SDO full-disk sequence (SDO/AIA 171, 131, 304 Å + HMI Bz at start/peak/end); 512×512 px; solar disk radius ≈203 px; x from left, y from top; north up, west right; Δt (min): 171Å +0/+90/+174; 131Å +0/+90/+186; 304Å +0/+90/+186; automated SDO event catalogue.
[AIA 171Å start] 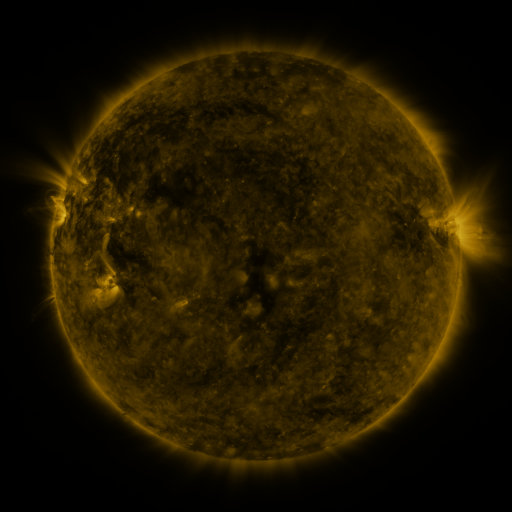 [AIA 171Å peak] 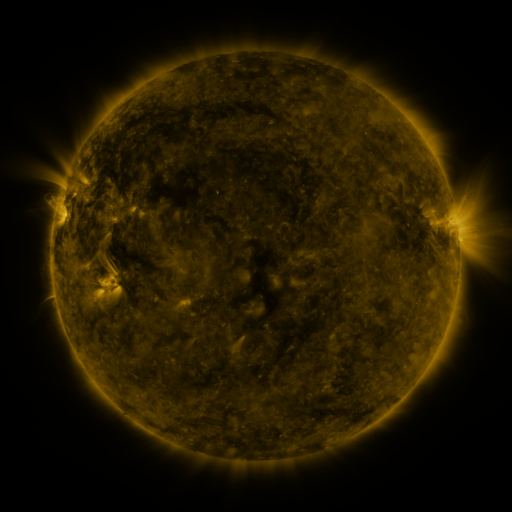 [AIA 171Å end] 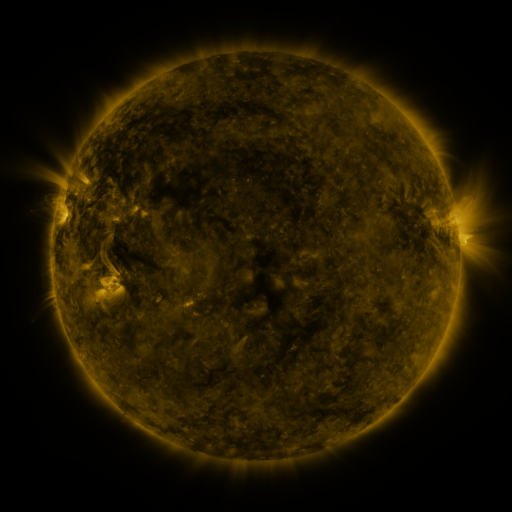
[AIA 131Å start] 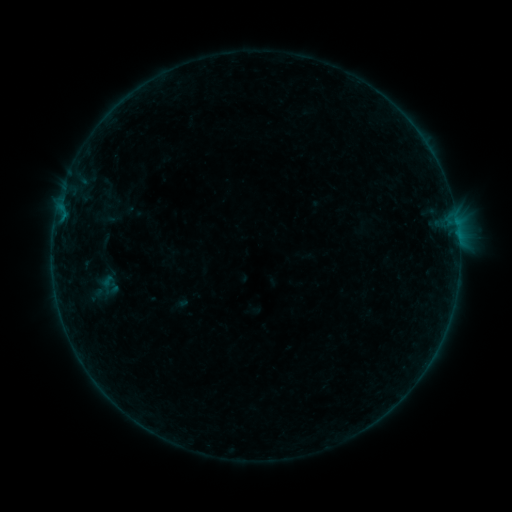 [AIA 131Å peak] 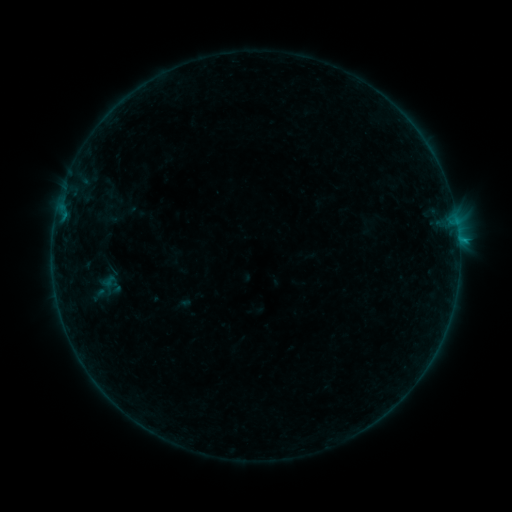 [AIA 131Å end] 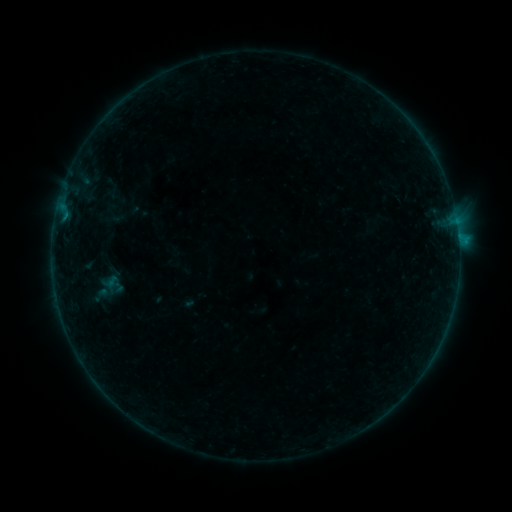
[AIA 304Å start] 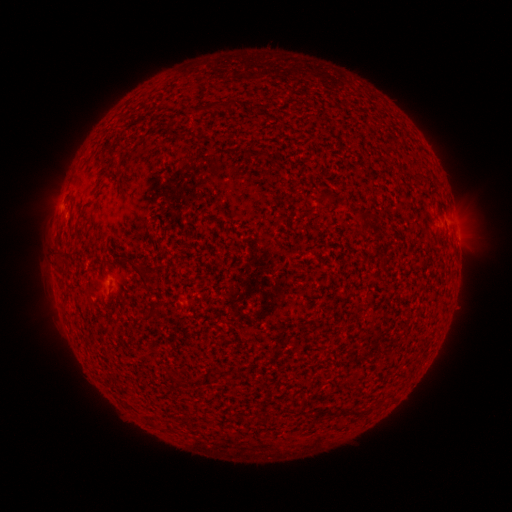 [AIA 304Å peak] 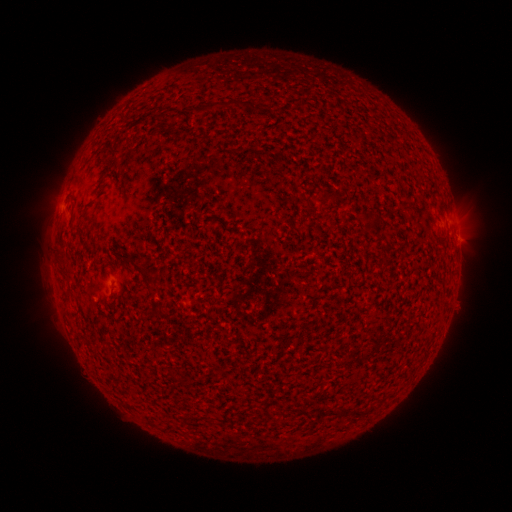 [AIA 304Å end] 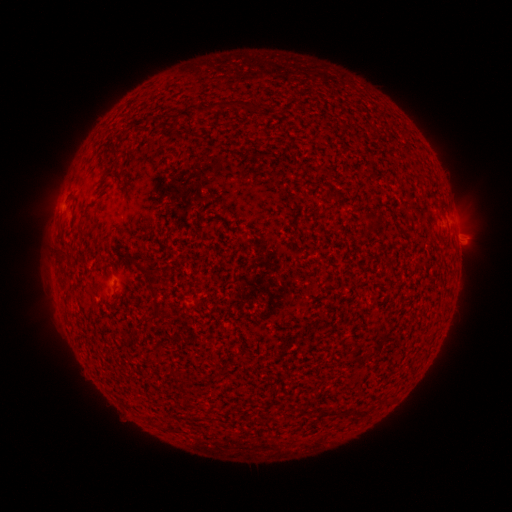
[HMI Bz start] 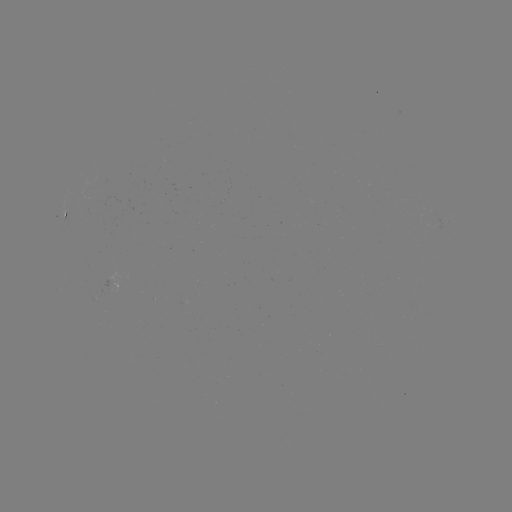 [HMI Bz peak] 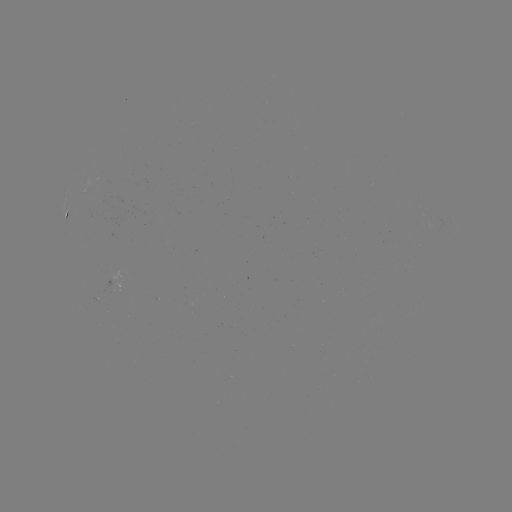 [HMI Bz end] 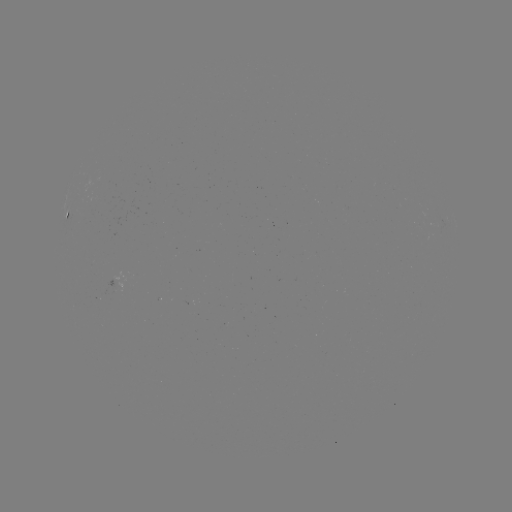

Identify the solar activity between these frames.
filament eruption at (465, 226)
